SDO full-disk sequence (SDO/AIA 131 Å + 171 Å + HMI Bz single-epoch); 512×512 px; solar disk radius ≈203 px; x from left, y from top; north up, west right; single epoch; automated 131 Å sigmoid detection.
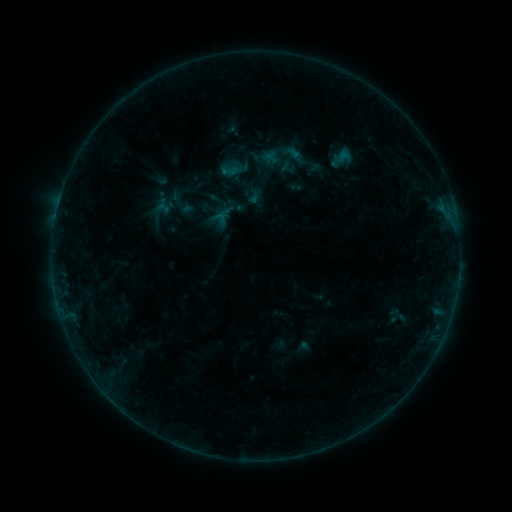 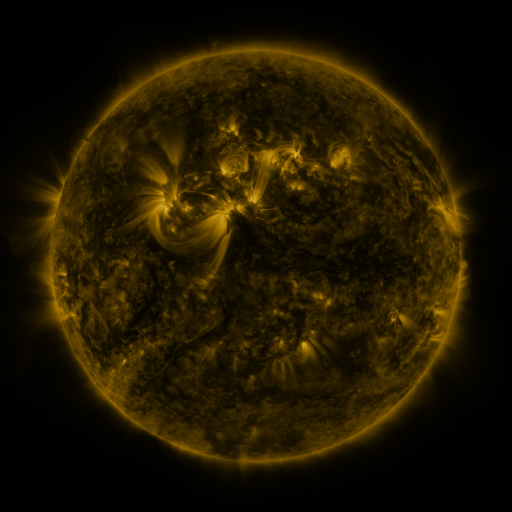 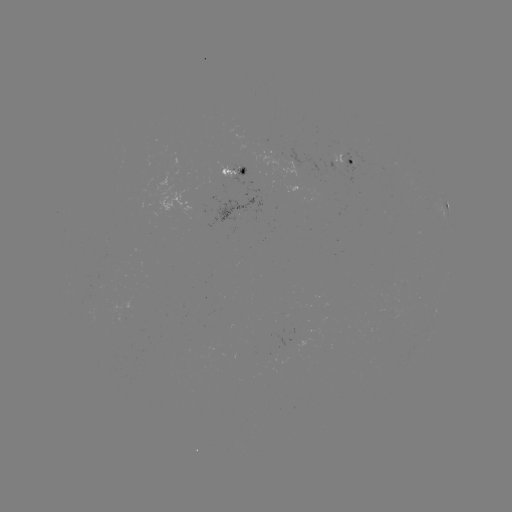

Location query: sigmoid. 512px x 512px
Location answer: (177, 199).